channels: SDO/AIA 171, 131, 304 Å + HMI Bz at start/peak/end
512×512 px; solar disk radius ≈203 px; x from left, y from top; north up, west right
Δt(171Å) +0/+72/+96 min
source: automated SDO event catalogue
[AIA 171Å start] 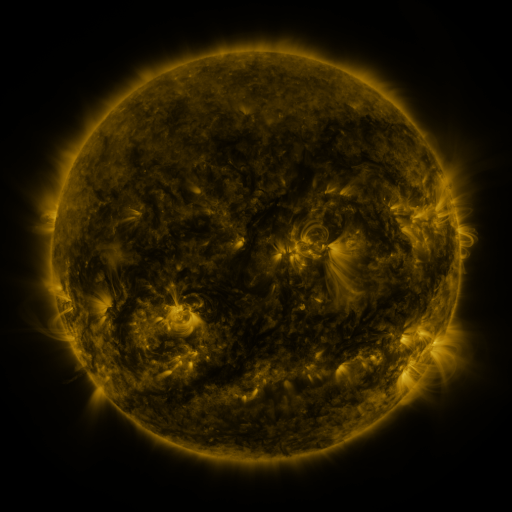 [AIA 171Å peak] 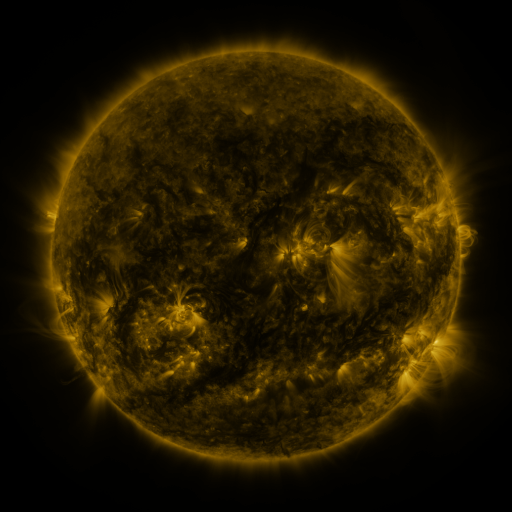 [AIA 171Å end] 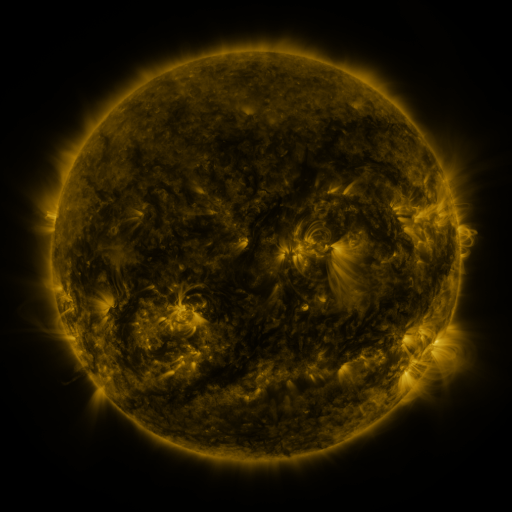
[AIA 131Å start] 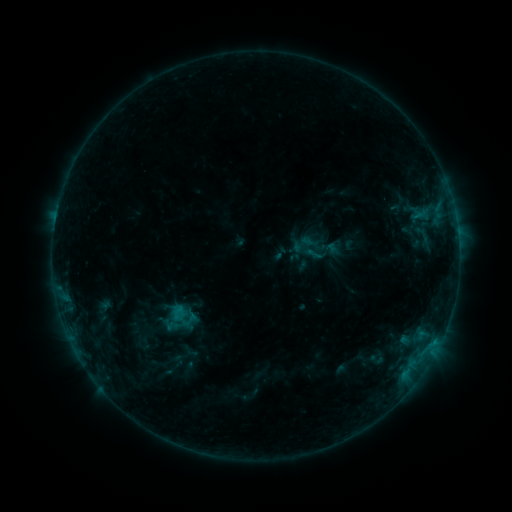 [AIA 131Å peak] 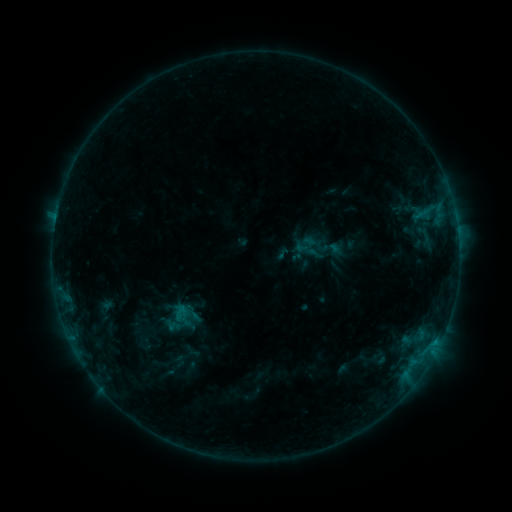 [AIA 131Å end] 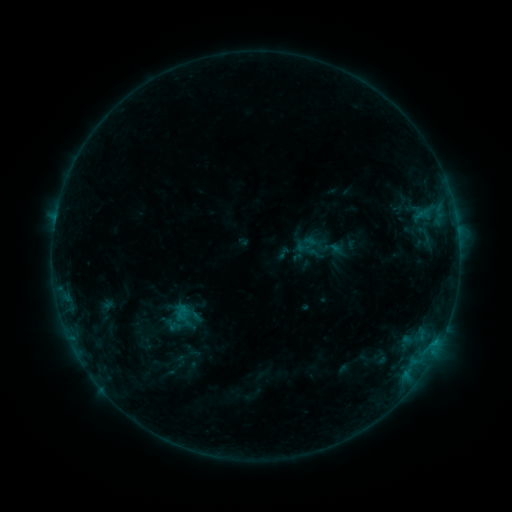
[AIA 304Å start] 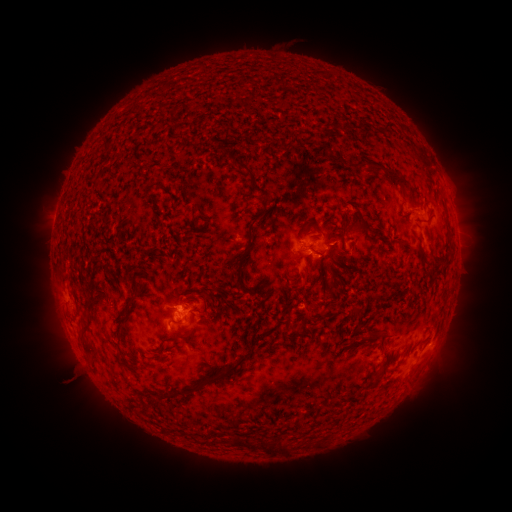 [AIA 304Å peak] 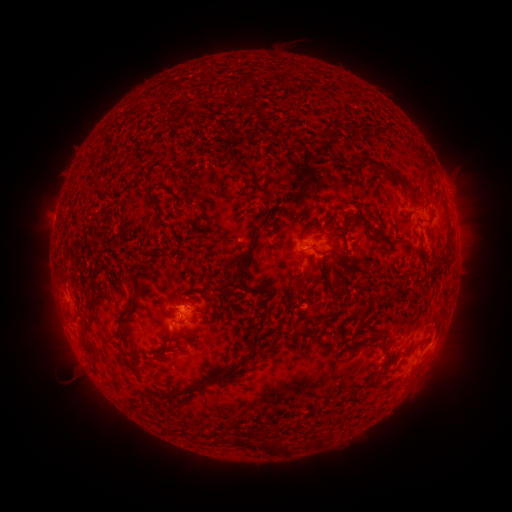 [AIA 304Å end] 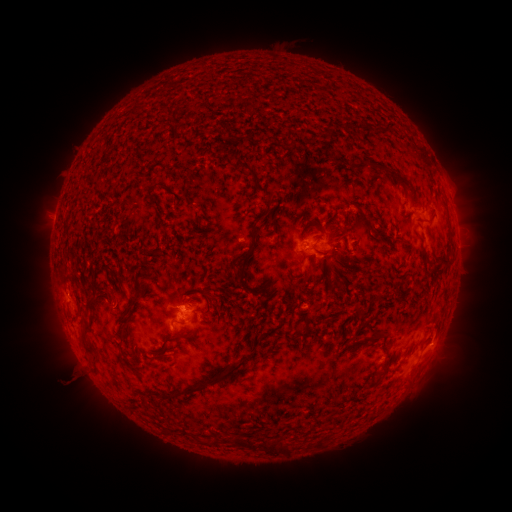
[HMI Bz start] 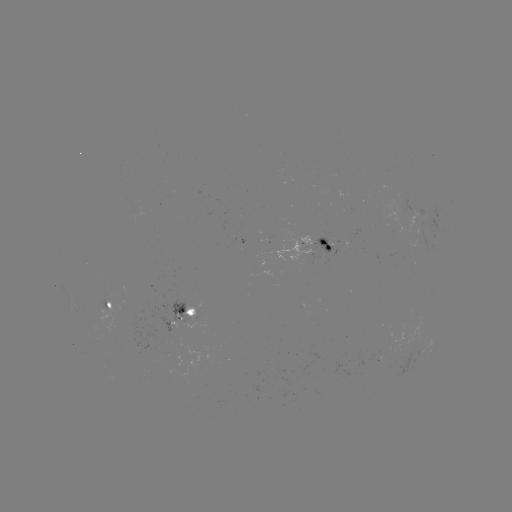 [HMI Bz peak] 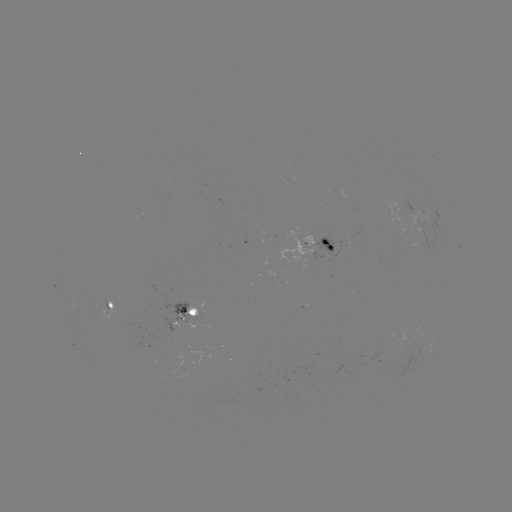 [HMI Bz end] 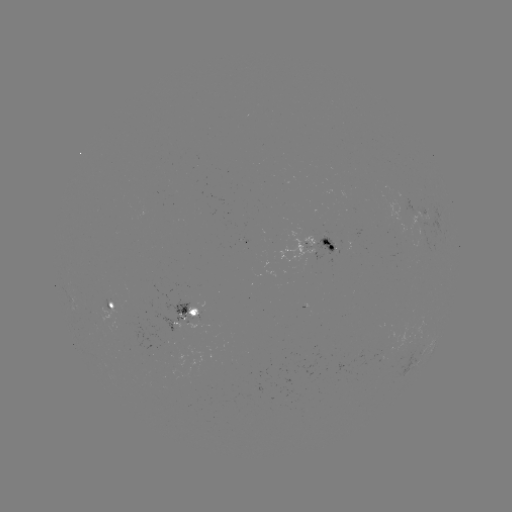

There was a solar emerging-flux region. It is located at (196, 312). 